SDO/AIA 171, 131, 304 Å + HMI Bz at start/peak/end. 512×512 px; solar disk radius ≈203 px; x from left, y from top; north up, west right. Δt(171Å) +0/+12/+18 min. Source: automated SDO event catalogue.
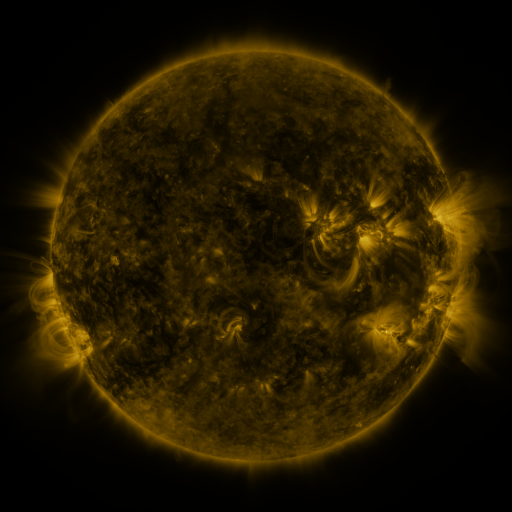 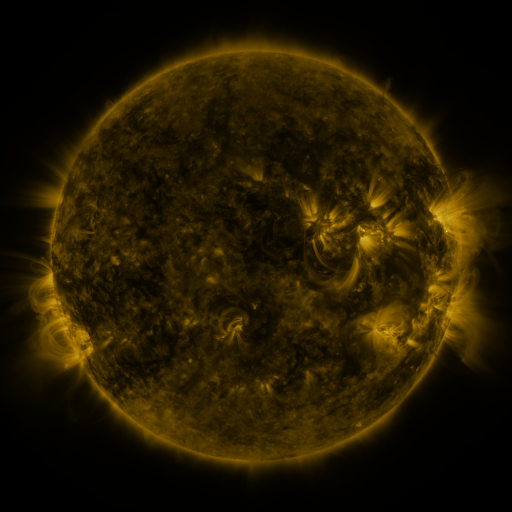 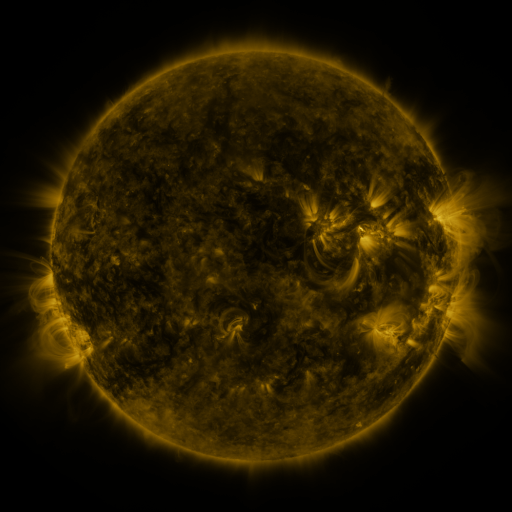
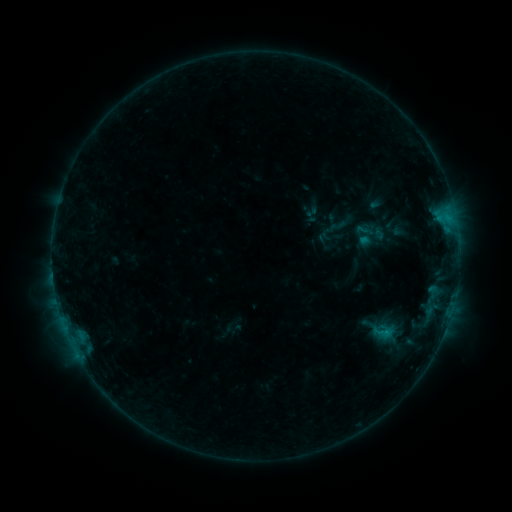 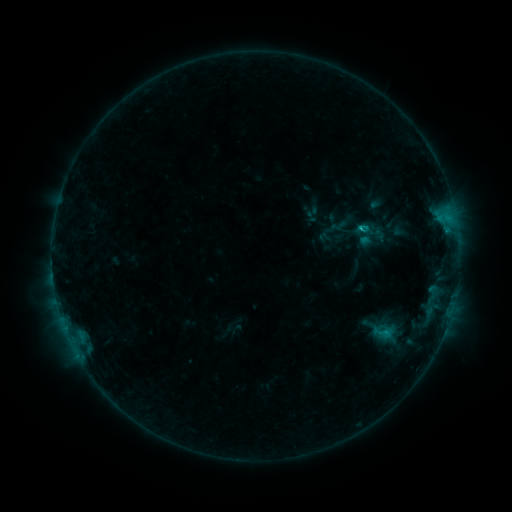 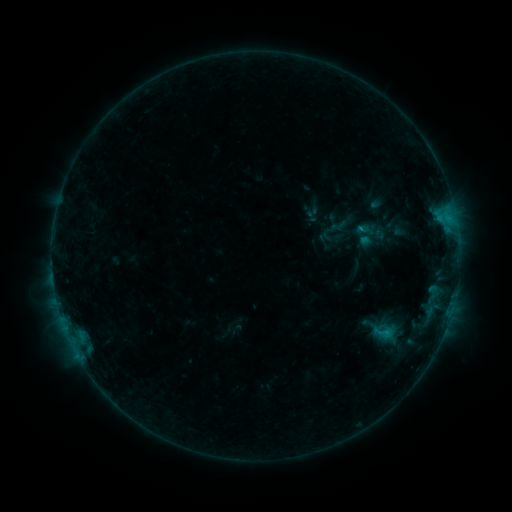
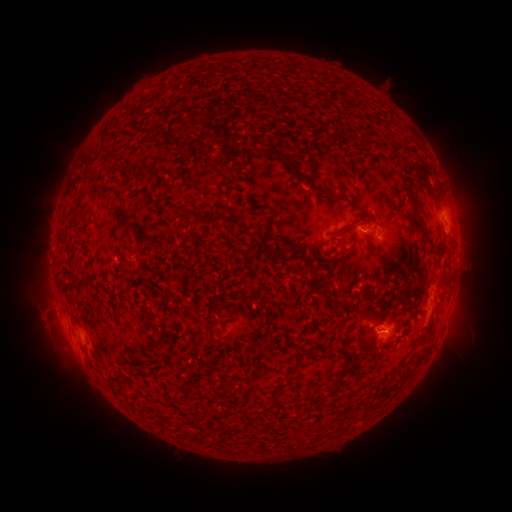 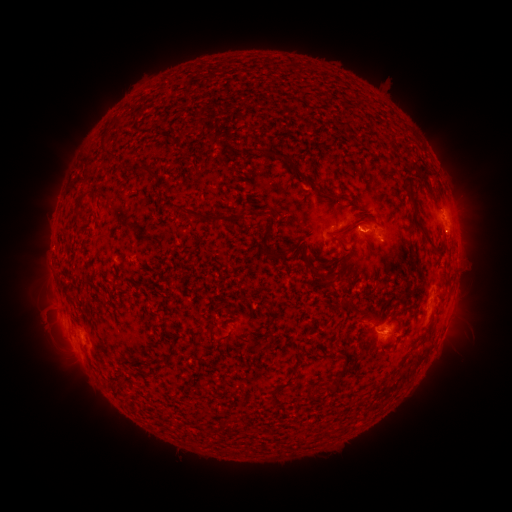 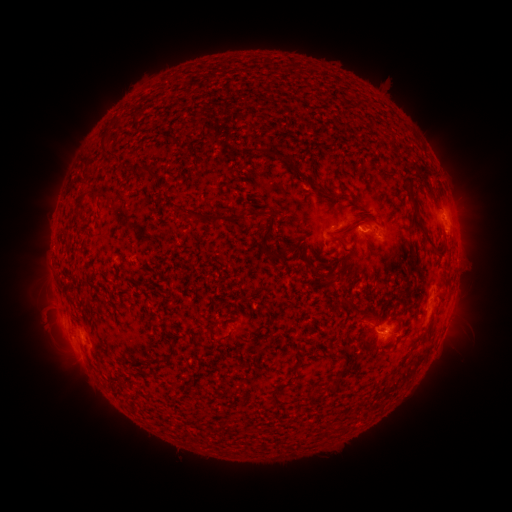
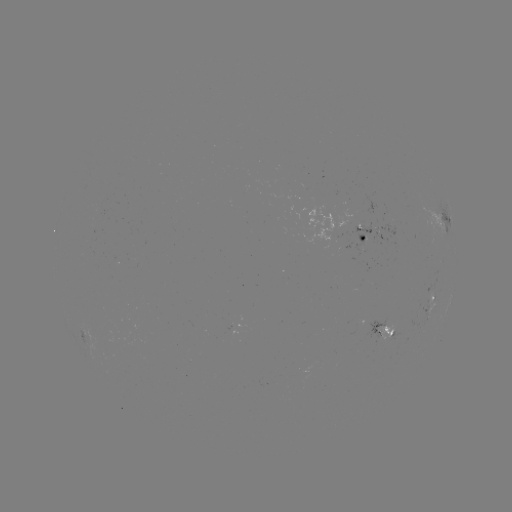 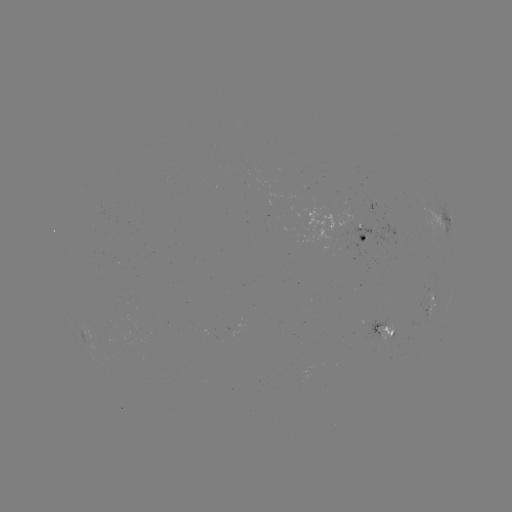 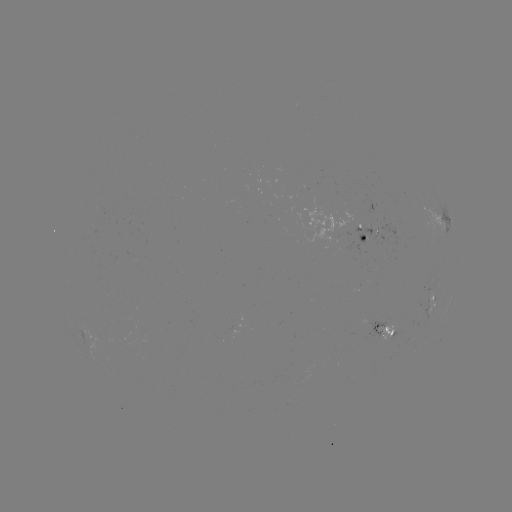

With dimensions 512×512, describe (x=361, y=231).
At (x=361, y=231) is B7.8 flare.